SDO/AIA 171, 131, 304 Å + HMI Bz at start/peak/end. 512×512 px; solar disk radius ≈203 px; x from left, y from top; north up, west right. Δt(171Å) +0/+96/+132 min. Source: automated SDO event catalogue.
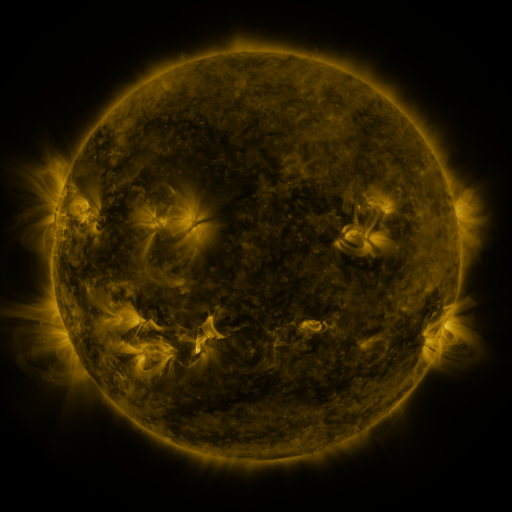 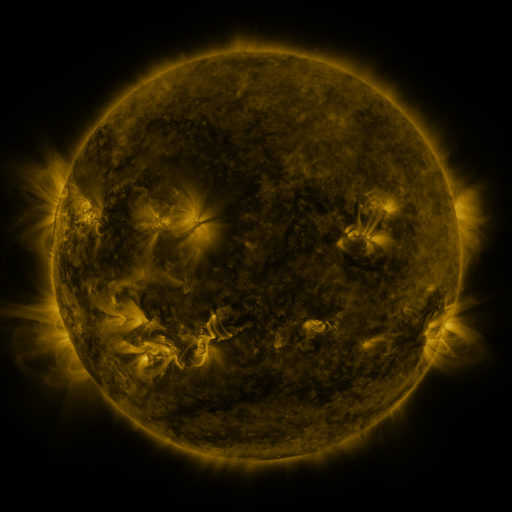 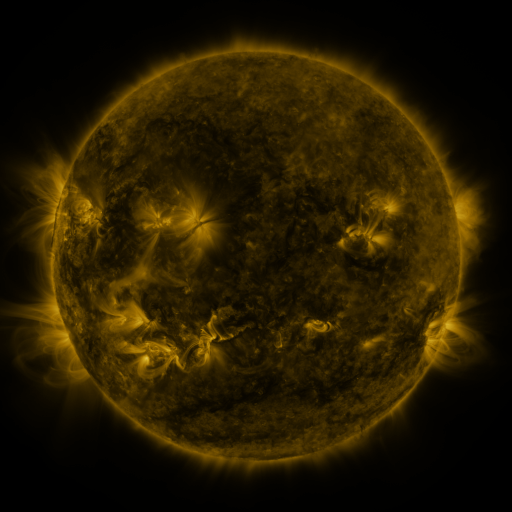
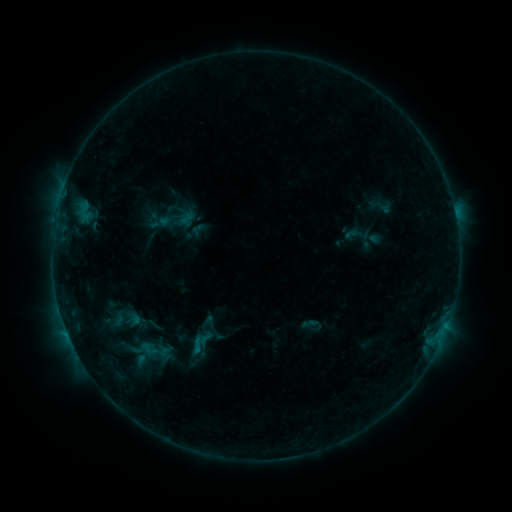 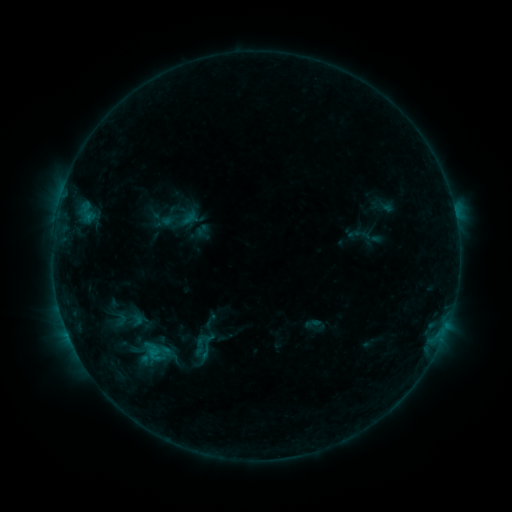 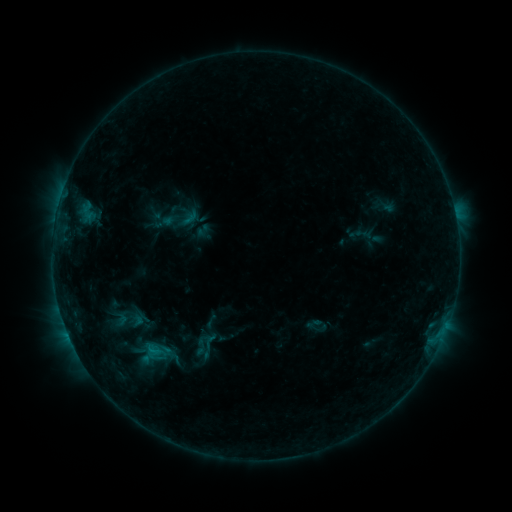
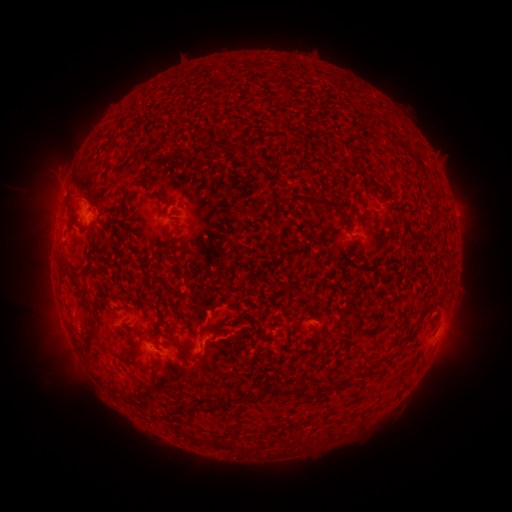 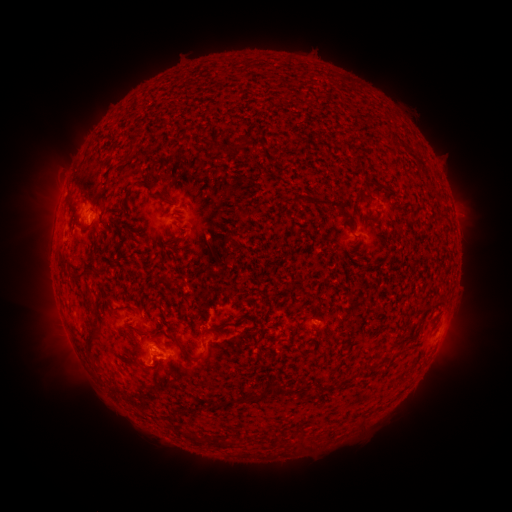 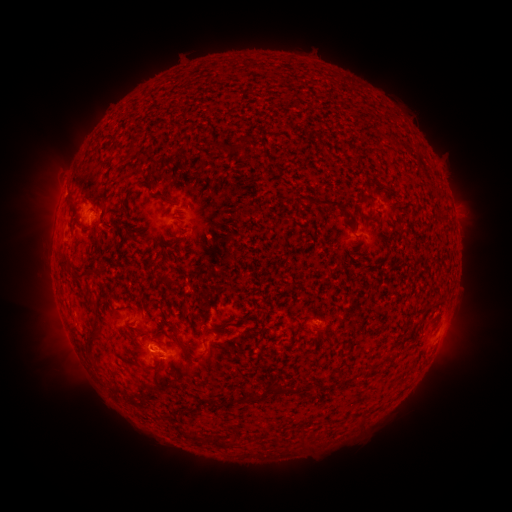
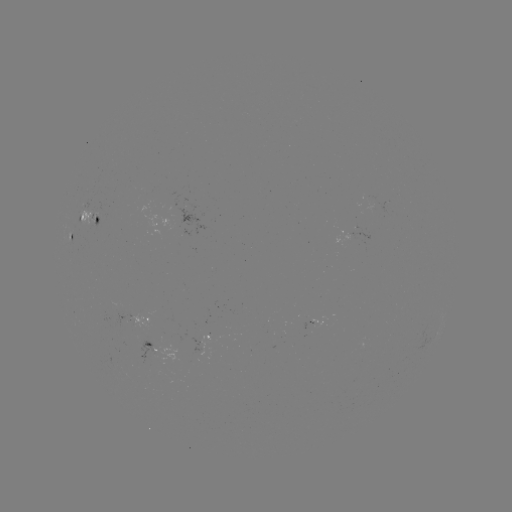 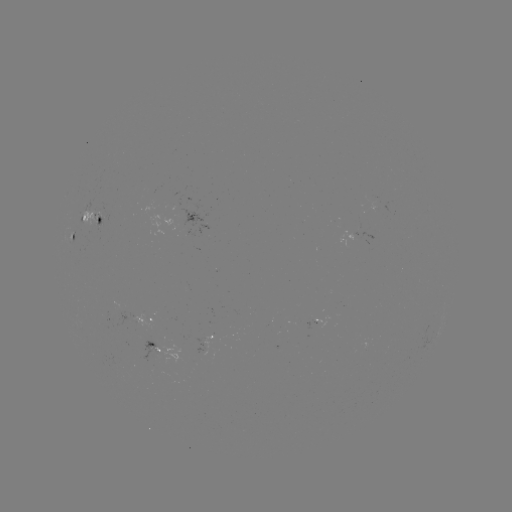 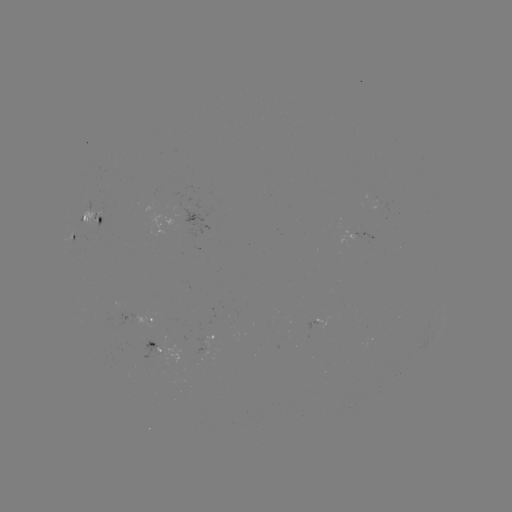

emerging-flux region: <bbox>86, 201, 99, 213</bbox>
